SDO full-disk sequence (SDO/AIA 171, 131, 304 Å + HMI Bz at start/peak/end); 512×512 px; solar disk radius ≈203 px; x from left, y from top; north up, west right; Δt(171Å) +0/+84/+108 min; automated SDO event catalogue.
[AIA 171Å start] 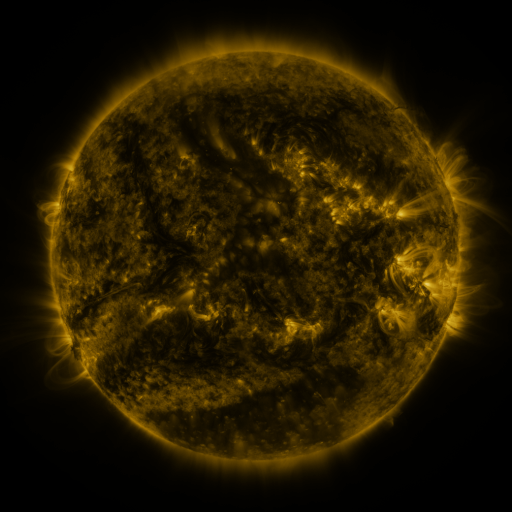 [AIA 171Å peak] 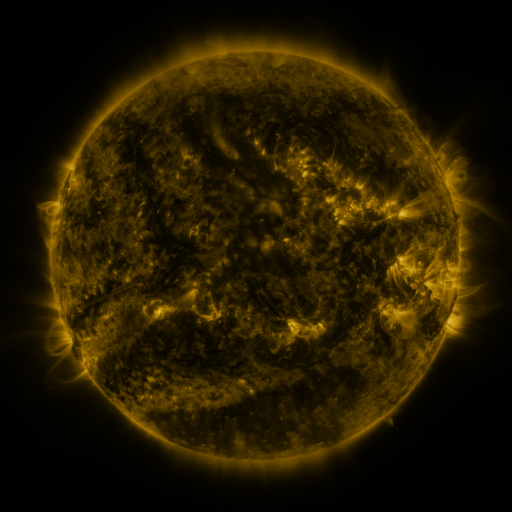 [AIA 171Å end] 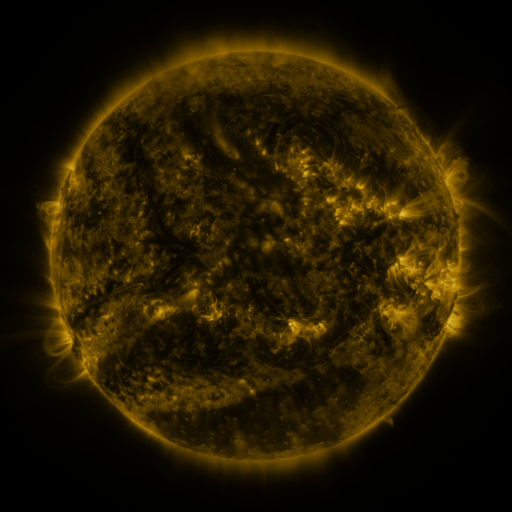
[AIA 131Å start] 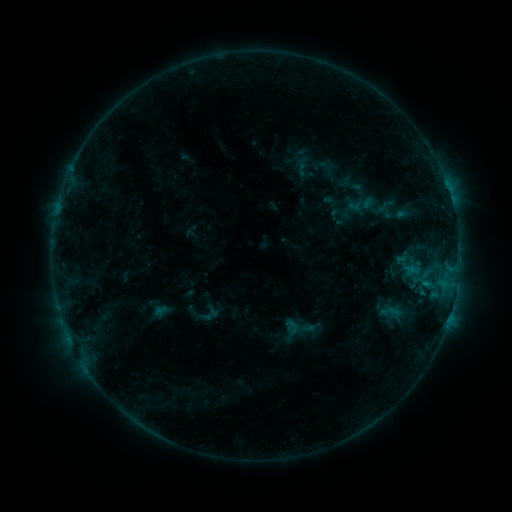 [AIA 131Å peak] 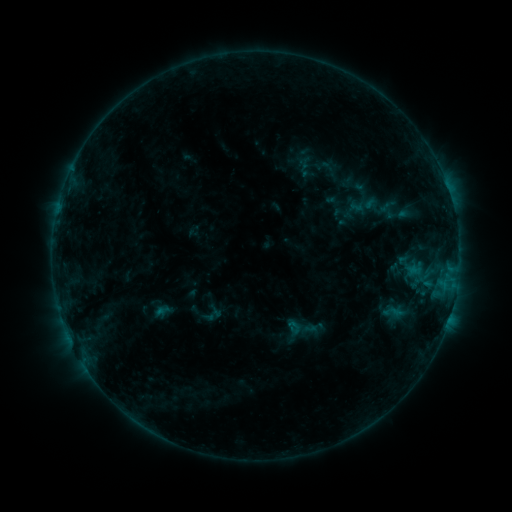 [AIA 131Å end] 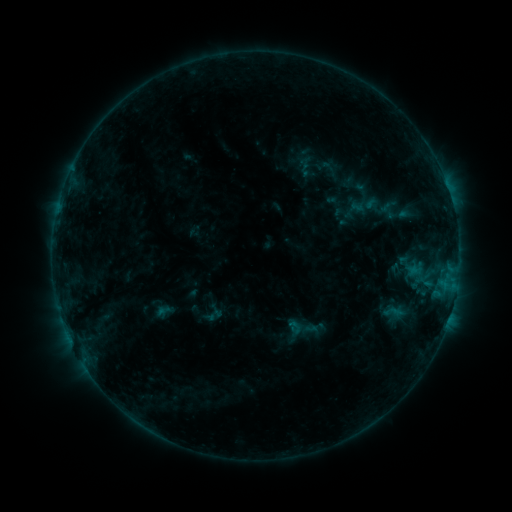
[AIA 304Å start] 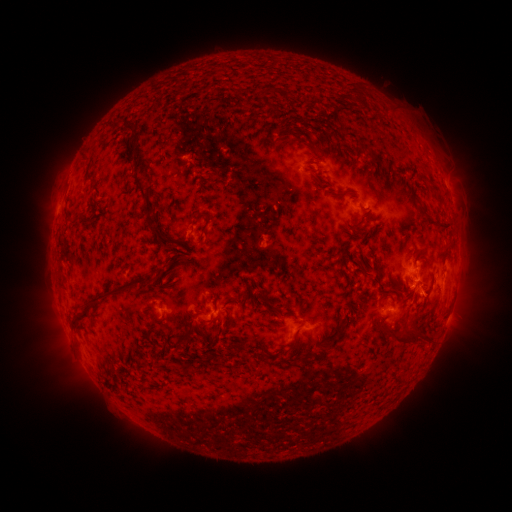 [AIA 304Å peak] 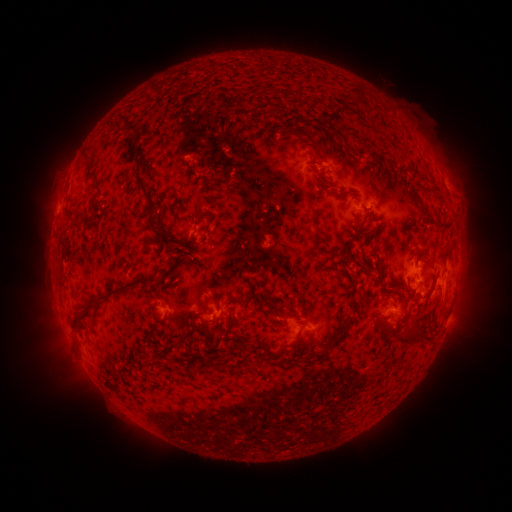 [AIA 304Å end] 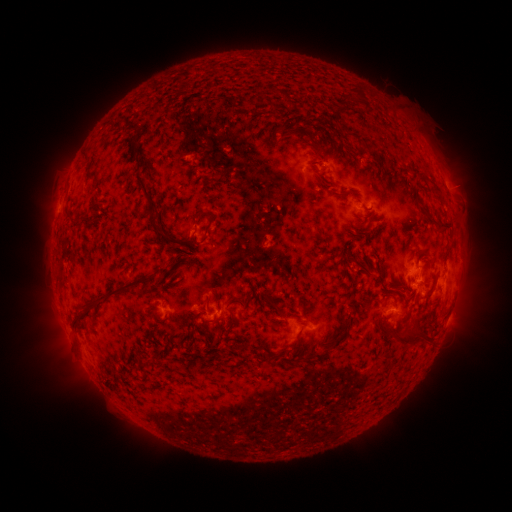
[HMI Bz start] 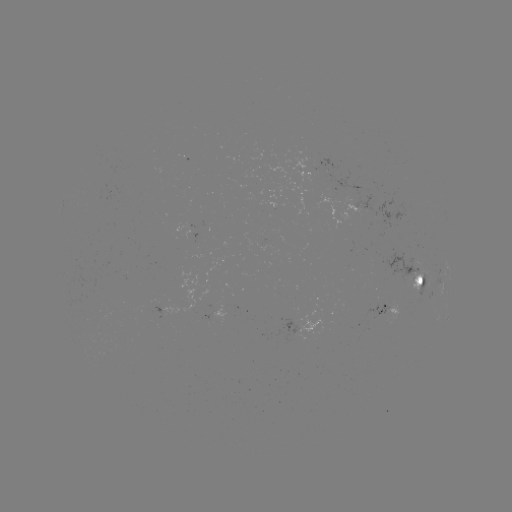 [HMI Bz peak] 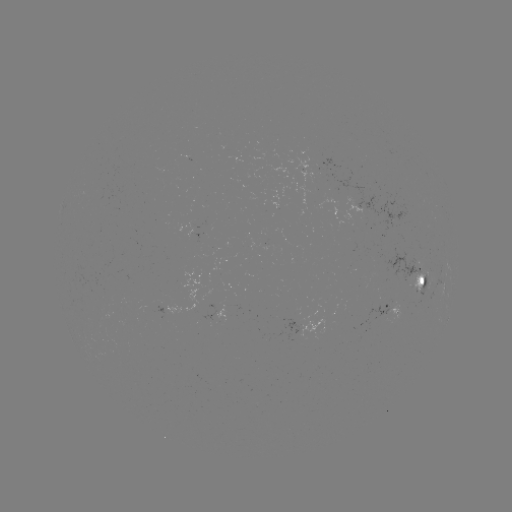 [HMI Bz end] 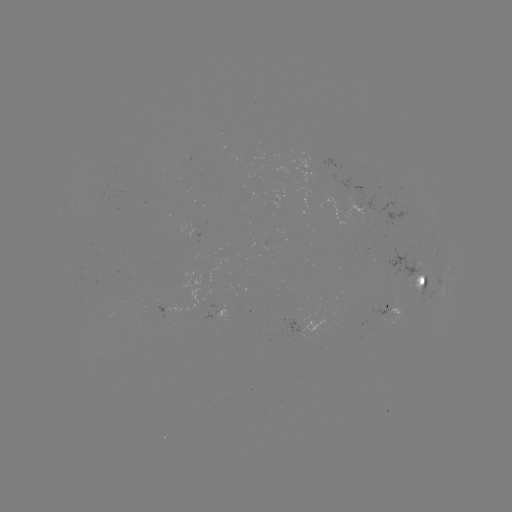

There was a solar emerging-flux region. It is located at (389, 306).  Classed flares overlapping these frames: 1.